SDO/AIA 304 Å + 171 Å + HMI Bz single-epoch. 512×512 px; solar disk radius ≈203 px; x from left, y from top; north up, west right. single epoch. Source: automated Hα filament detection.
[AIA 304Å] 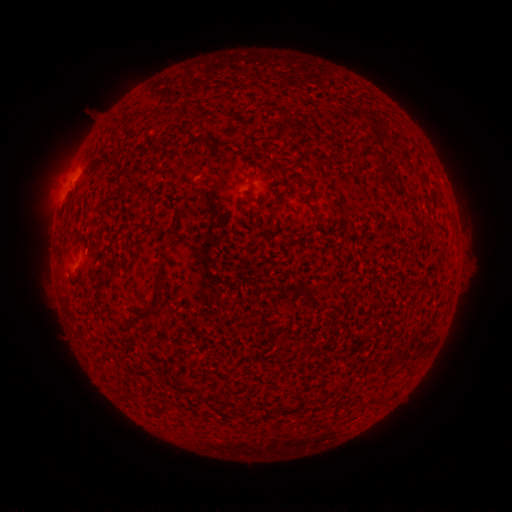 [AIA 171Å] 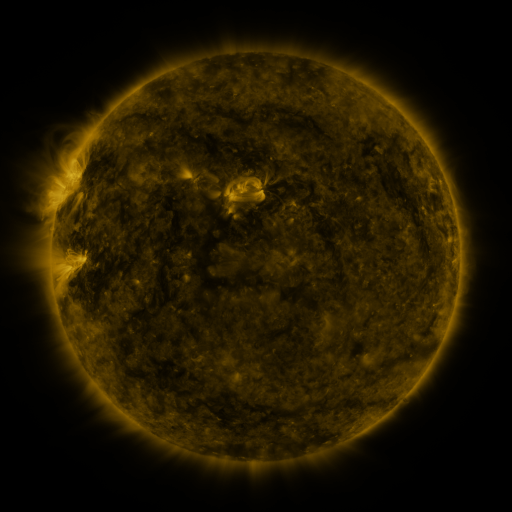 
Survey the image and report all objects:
filament: (219, 141, 231, 151)
filament: (116, 178, 130, 191)
filament: (298, 181, 312, 190)
filament: (282, 188, 289, 198)
filament: (415, 222, 425, 231)
filament: (153, 277, 165, 293)
filament: (145, 306, 154, 315)
filament: (174, 374, 184, 386)
